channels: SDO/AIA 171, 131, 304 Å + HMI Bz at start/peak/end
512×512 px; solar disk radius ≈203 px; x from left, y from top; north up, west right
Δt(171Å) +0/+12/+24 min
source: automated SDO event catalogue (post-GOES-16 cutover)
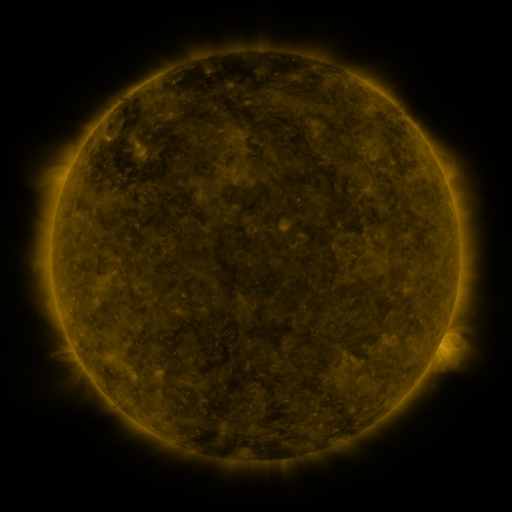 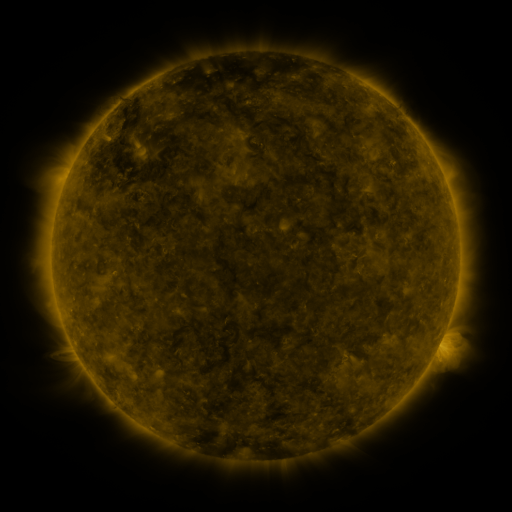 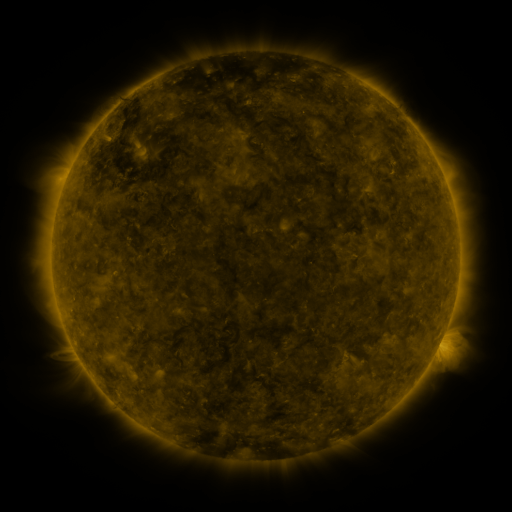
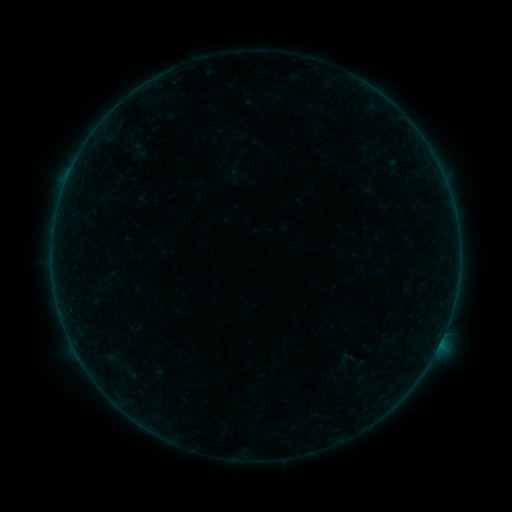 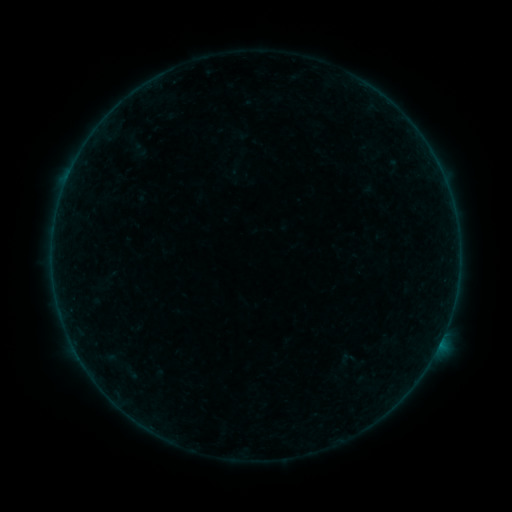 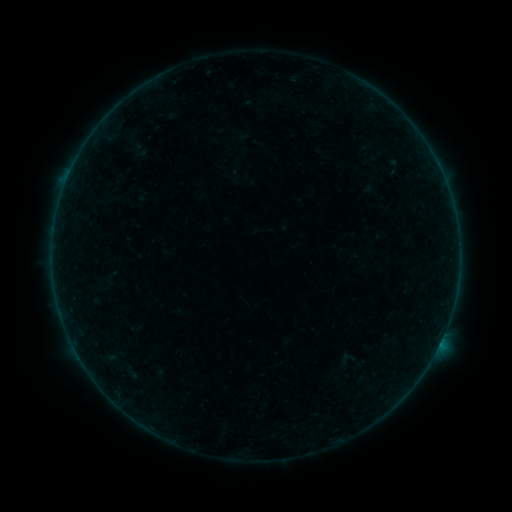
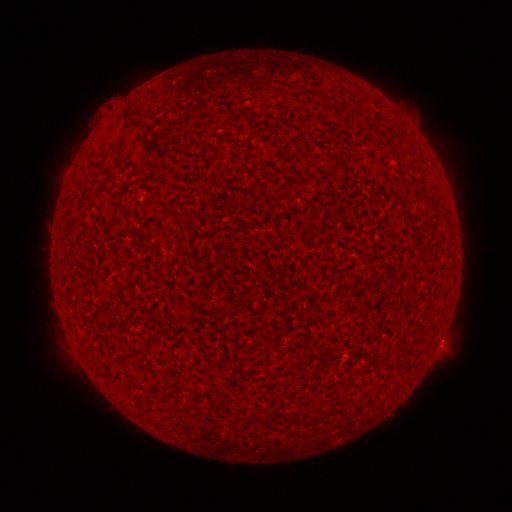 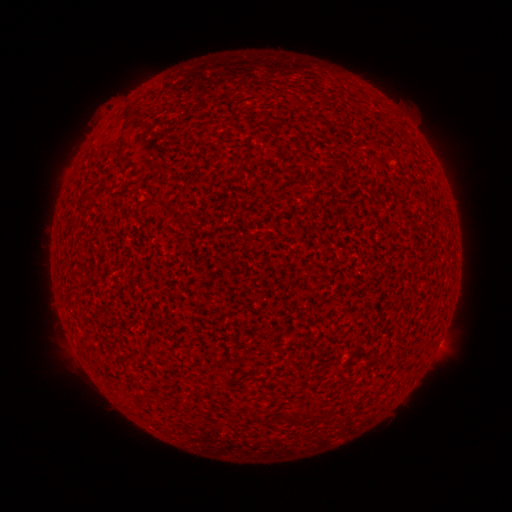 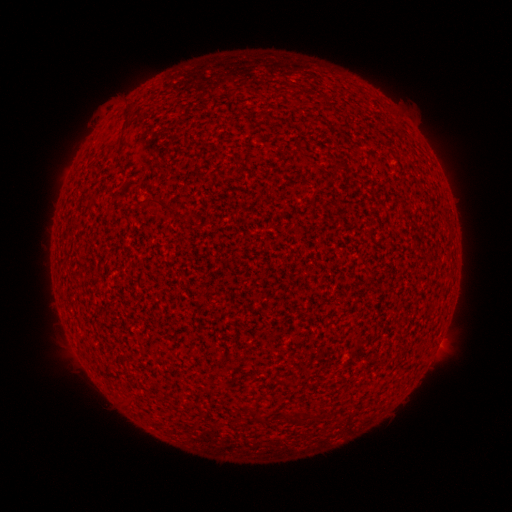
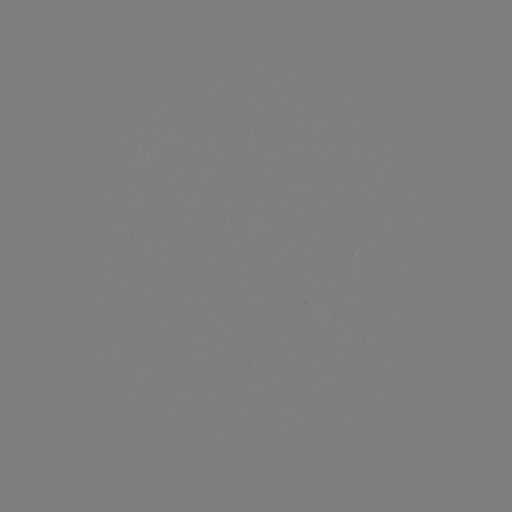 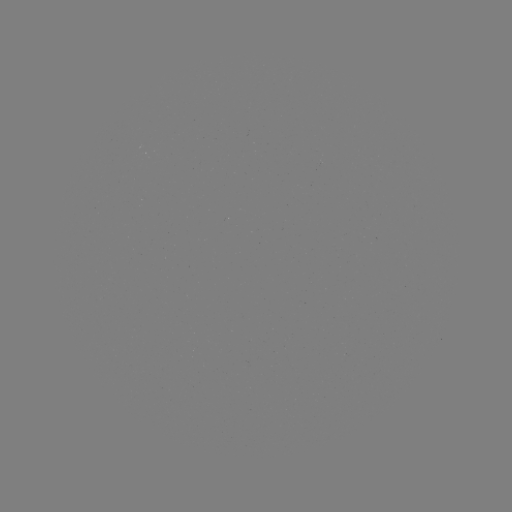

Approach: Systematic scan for A3.8 flare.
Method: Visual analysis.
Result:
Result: A3.8 flare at (441, 338).